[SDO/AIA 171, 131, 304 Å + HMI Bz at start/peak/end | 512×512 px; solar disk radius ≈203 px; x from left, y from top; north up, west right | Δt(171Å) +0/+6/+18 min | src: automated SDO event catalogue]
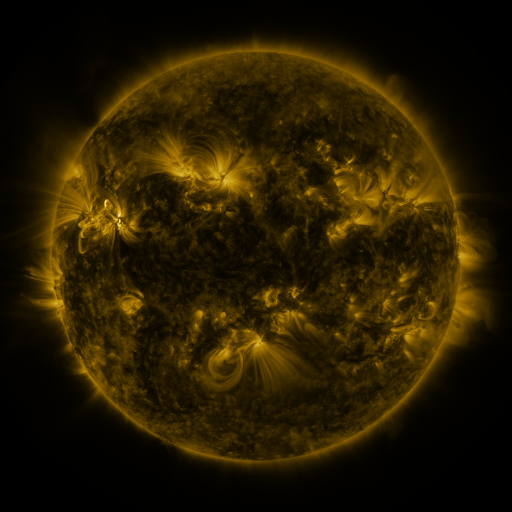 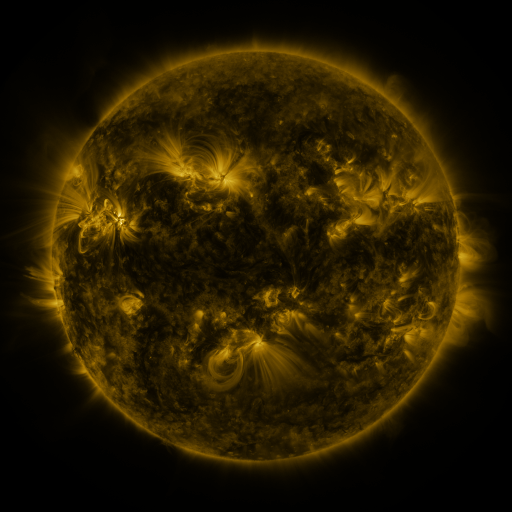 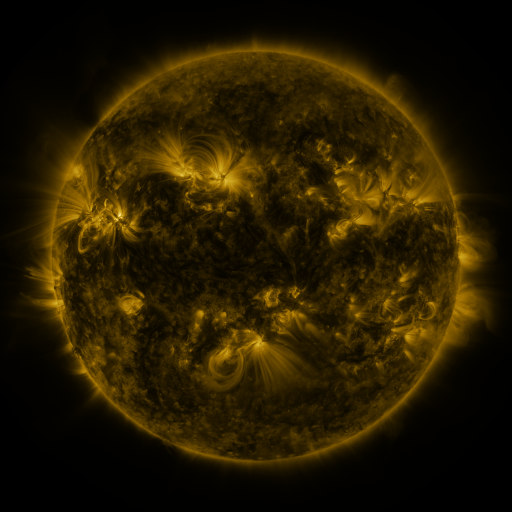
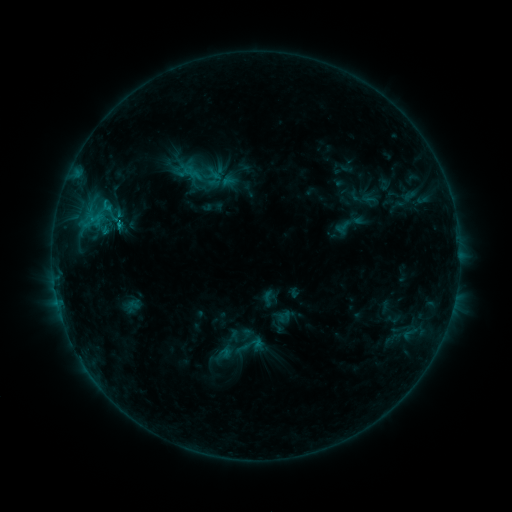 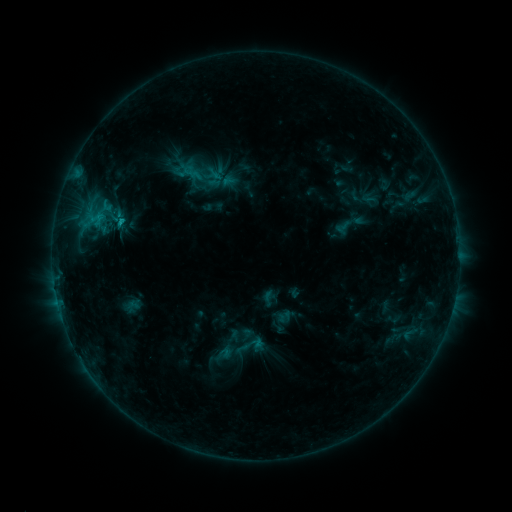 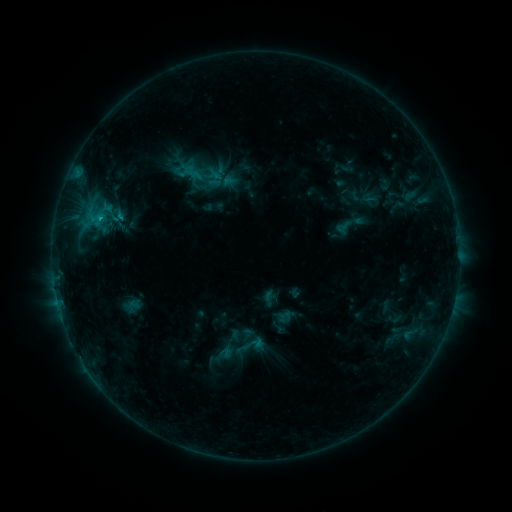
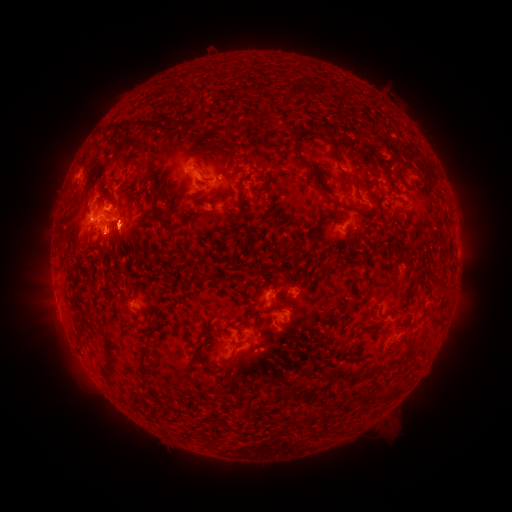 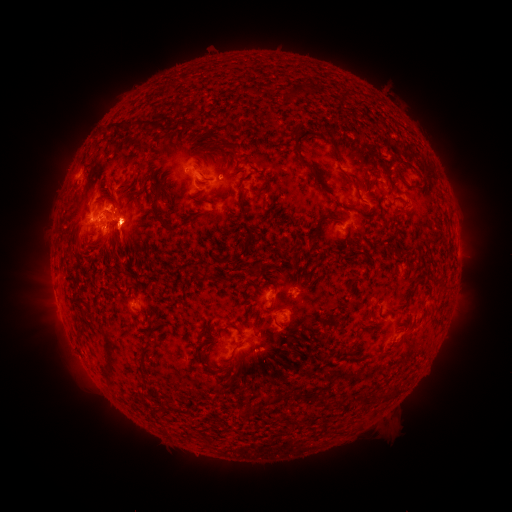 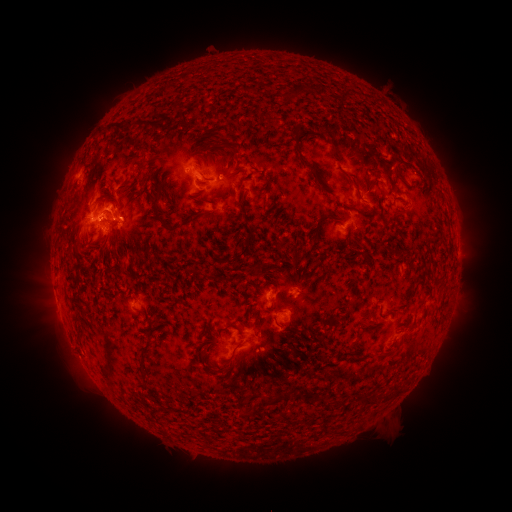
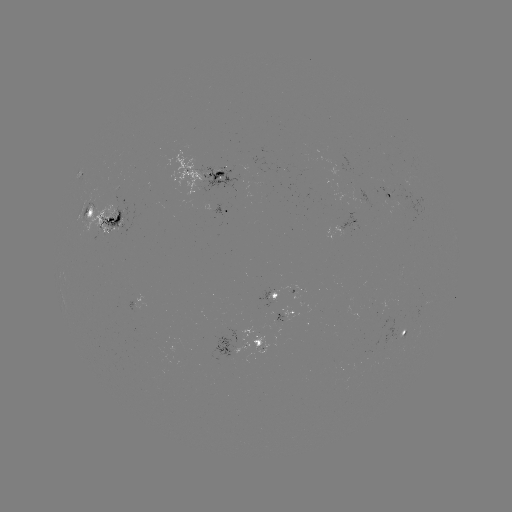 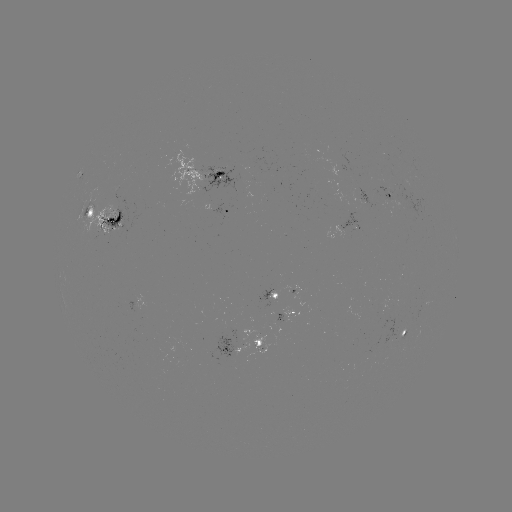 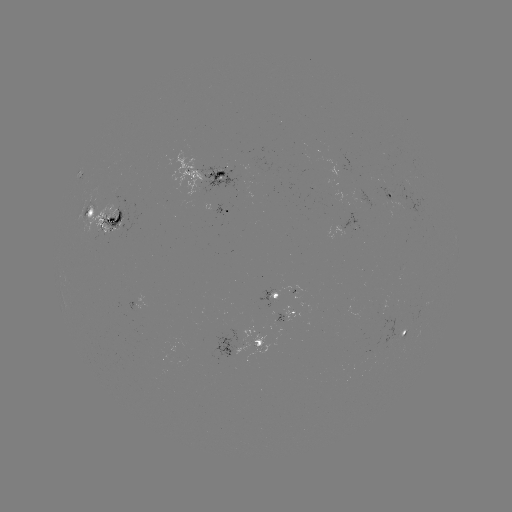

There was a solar eruption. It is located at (134, 219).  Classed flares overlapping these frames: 1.